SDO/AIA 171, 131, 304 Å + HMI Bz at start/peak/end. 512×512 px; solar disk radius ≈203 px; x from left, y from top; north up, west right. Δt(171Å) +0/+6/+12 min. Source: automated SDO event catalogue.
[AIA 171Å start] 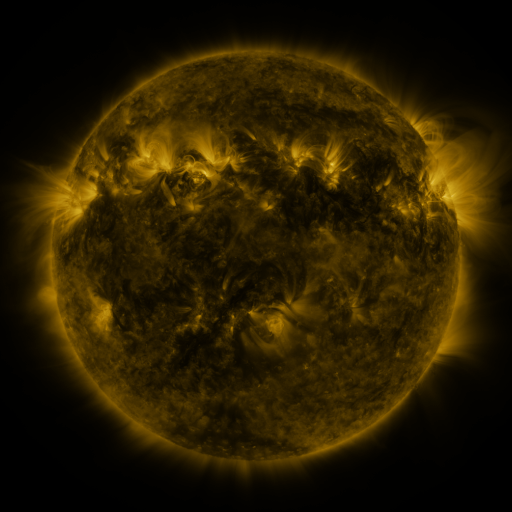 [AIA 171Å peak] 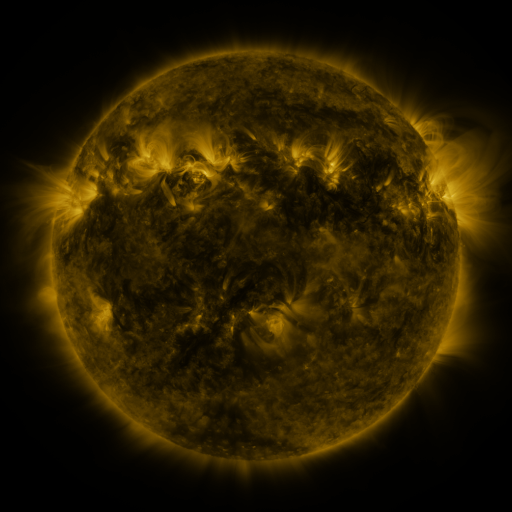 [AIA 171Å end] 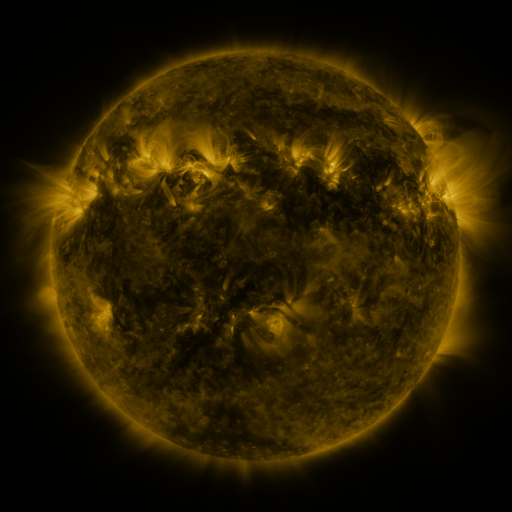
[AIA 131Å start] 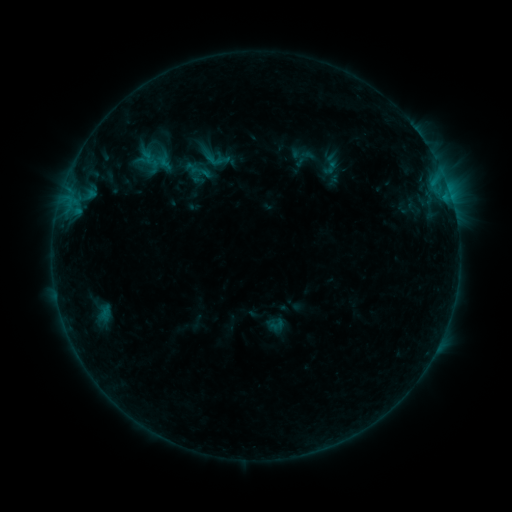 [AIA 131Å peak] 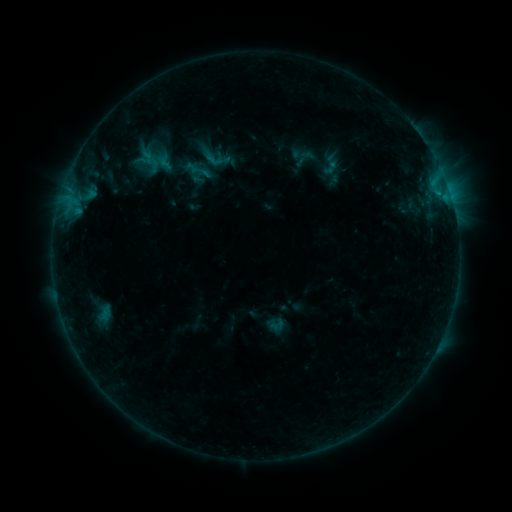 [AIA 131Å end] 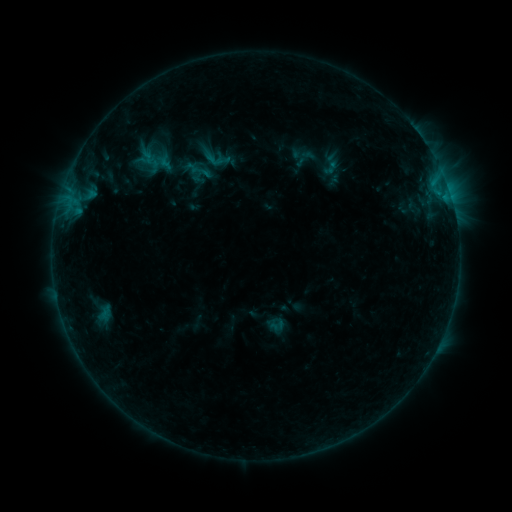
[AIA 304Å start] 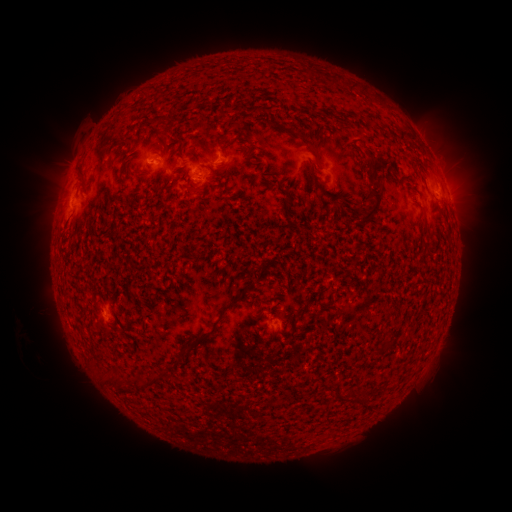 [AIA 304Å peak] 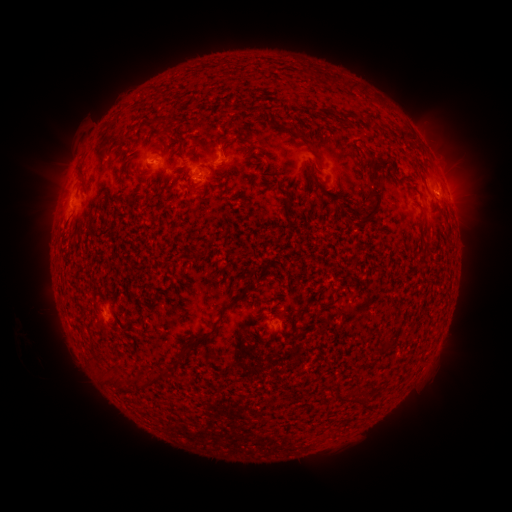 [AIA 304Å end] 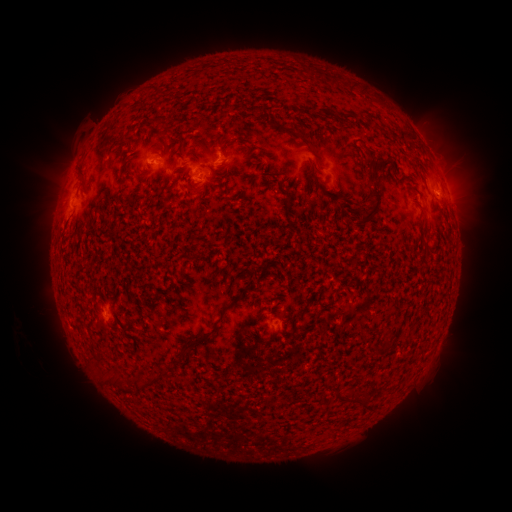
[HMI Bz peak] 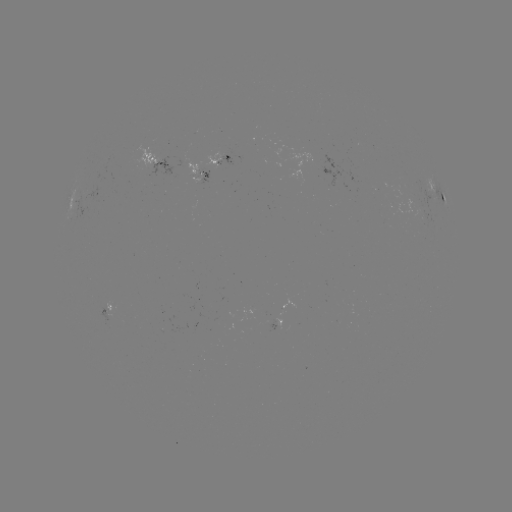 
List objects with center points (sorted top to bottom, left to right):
B4.2 flare: (438, 195)
